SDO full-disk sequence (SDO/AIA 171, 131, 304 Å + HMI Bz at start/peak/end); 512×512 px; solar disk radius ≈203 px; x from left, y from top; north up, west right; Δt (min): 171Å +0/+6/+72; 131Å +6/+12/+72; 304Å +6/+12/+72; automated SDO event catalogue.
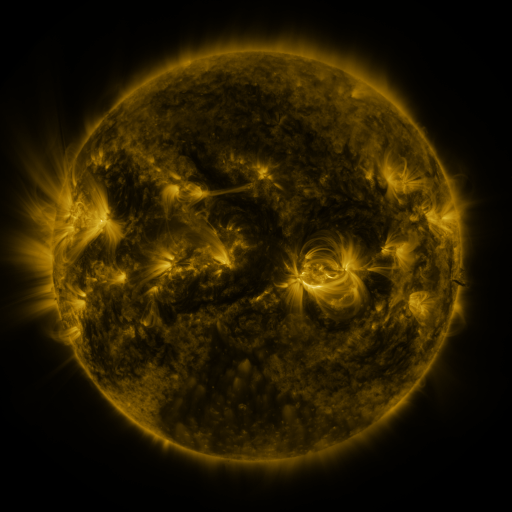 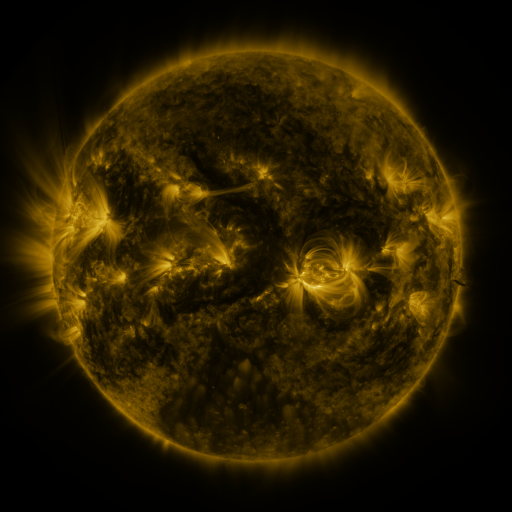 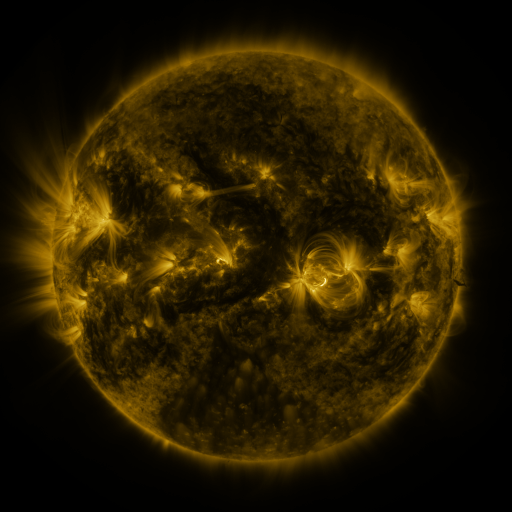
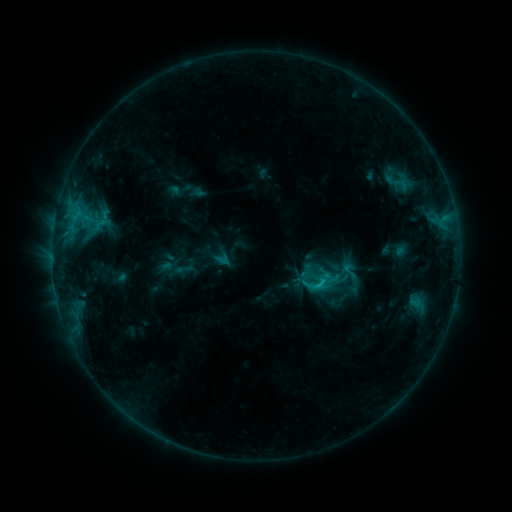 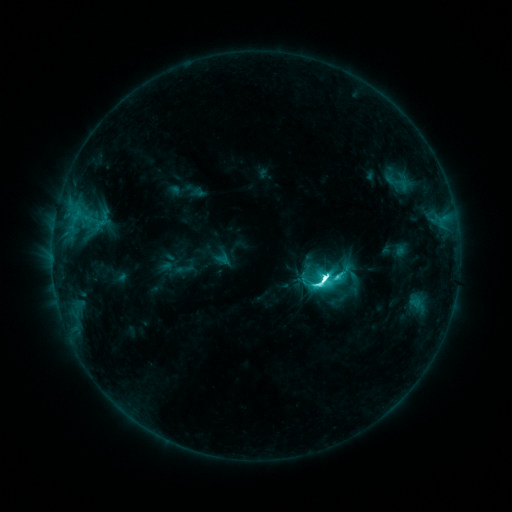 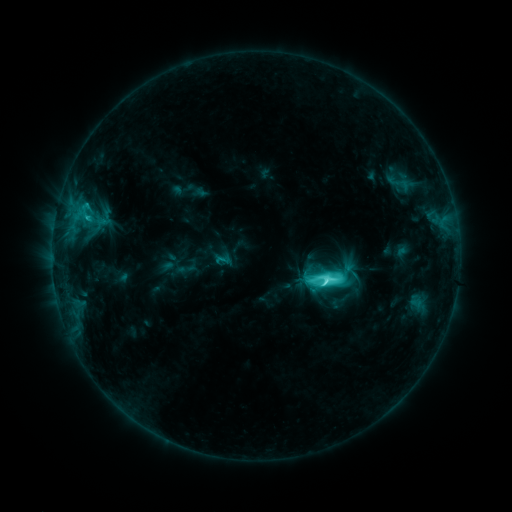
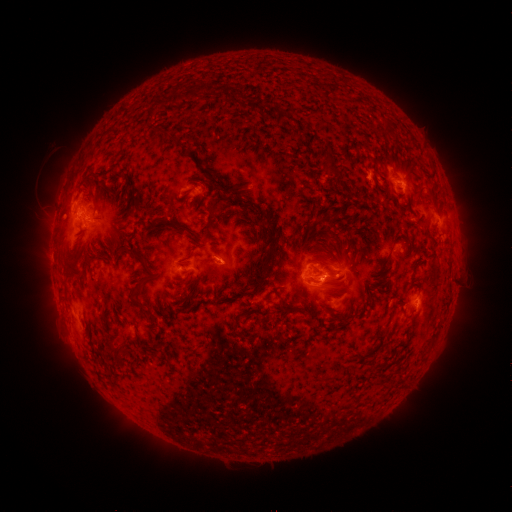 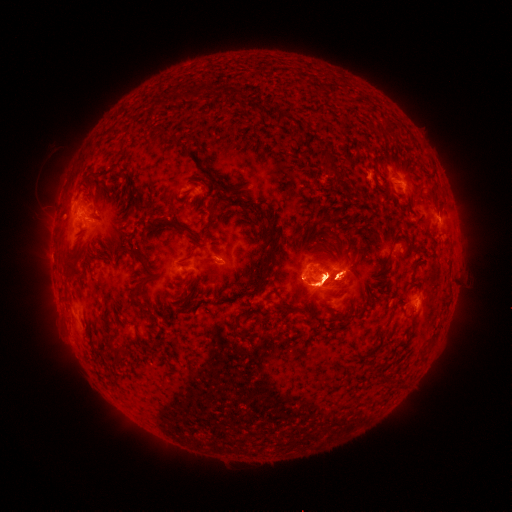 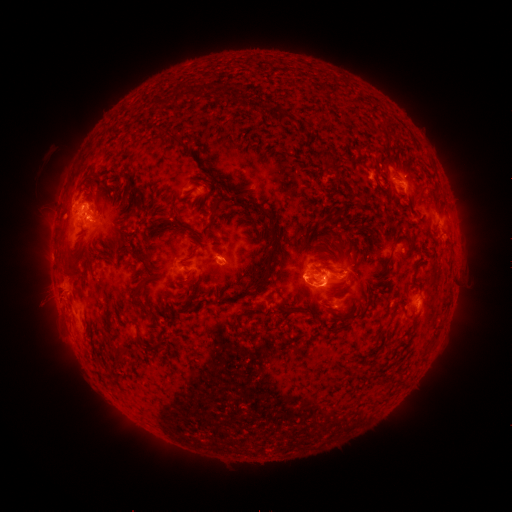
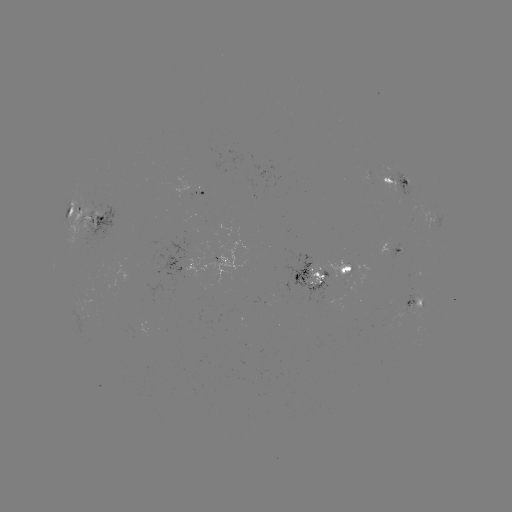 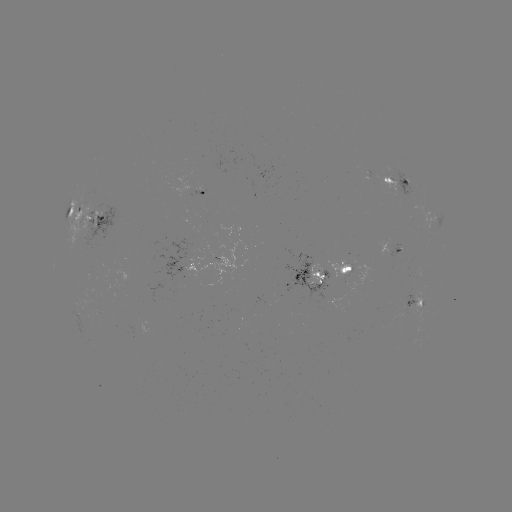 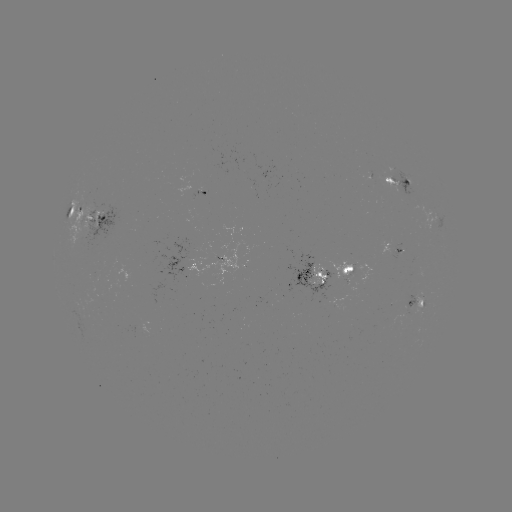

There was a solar flare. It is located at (320, 278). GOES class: M1.7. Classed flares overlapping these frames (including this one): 1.